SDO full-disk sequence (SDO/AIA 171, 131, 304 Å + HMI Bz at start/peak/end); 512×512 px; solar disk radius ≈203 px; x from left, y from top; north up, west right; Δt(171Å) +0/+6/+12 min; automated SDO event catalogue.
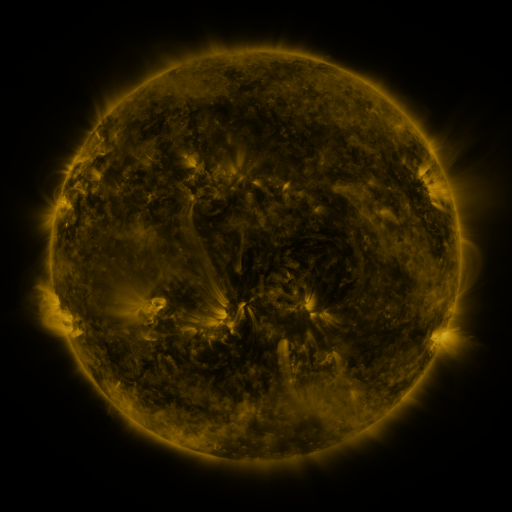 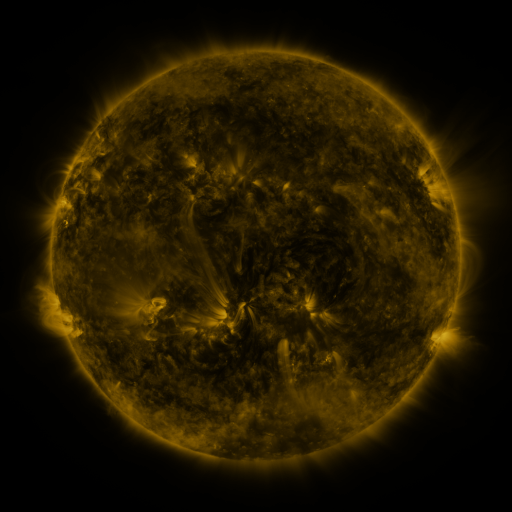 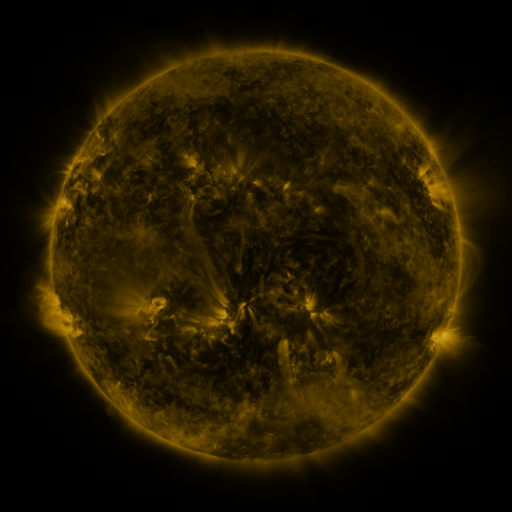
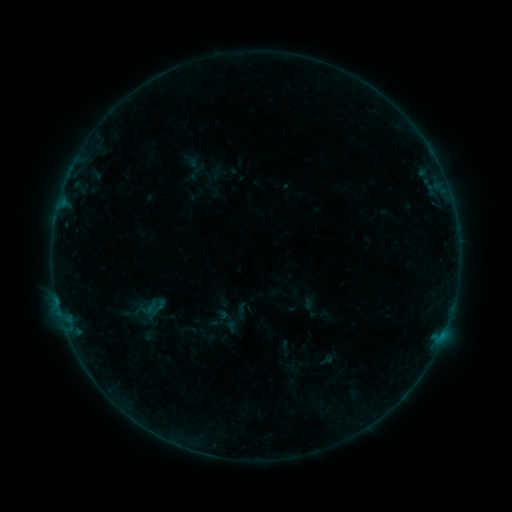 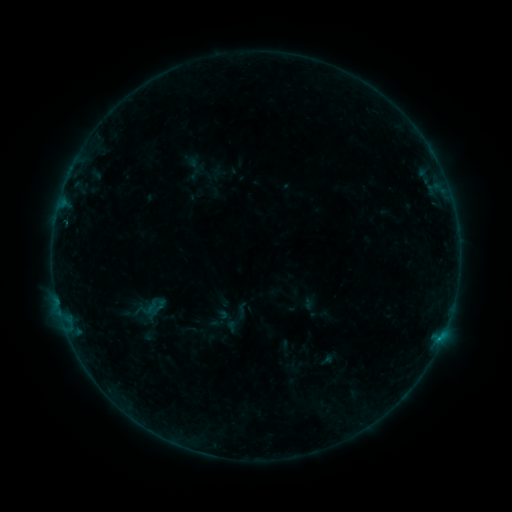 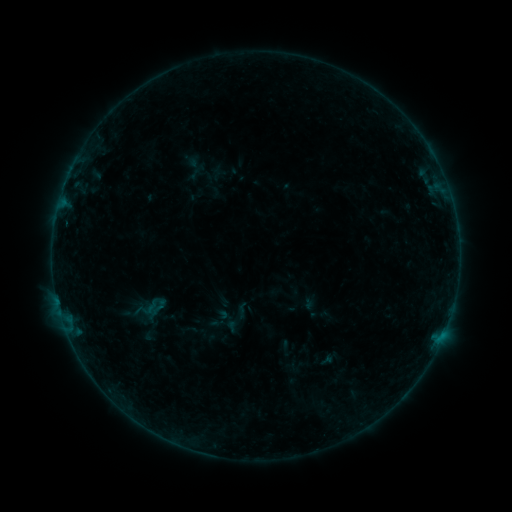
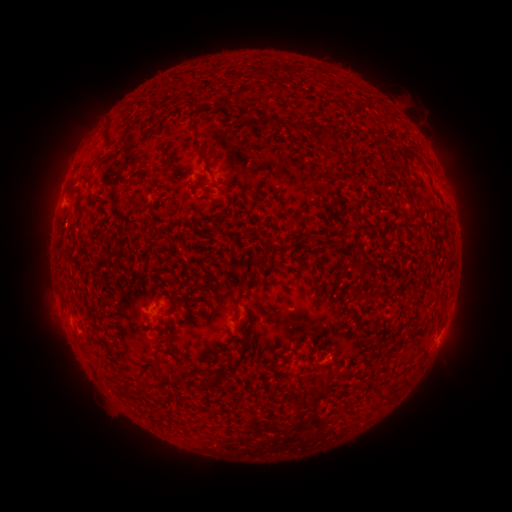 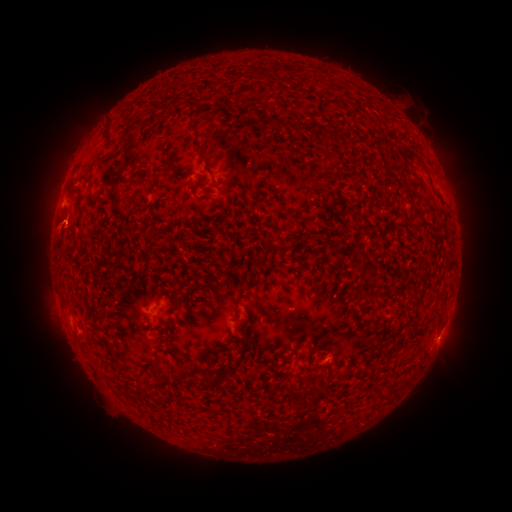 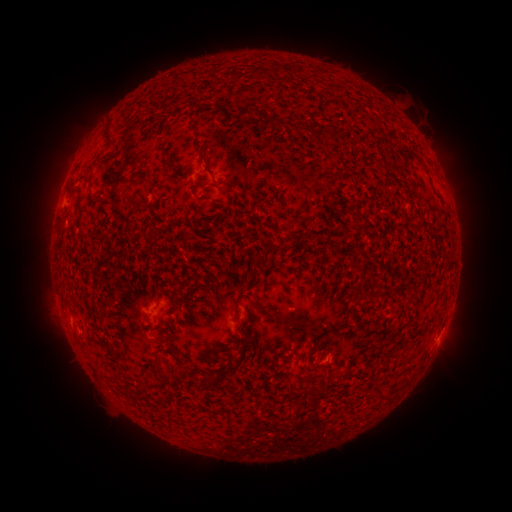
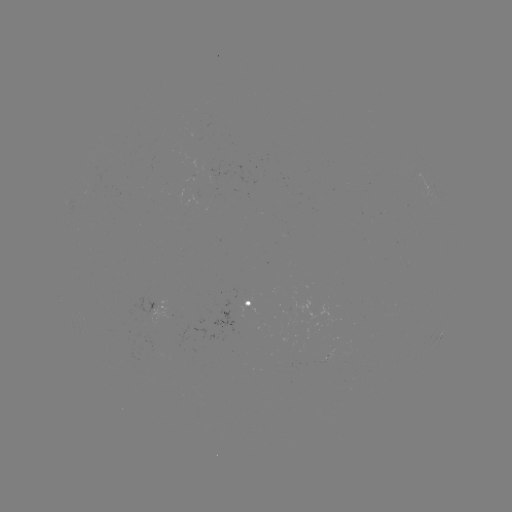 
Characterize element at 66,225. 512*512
B1.5 flare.